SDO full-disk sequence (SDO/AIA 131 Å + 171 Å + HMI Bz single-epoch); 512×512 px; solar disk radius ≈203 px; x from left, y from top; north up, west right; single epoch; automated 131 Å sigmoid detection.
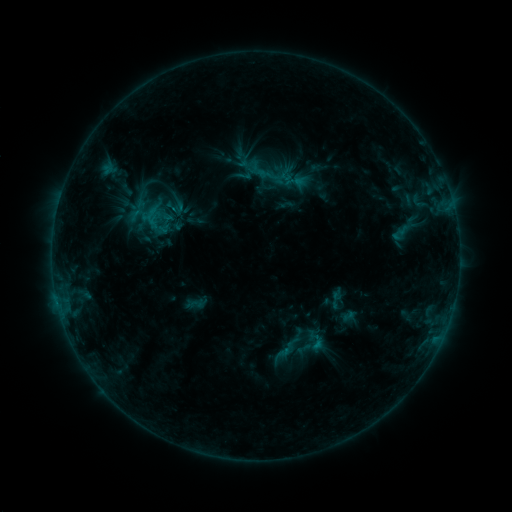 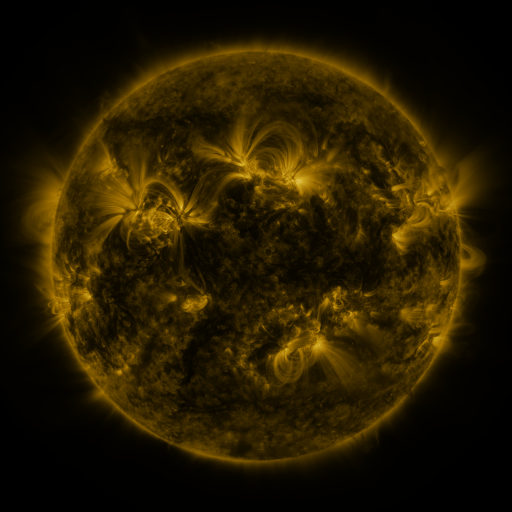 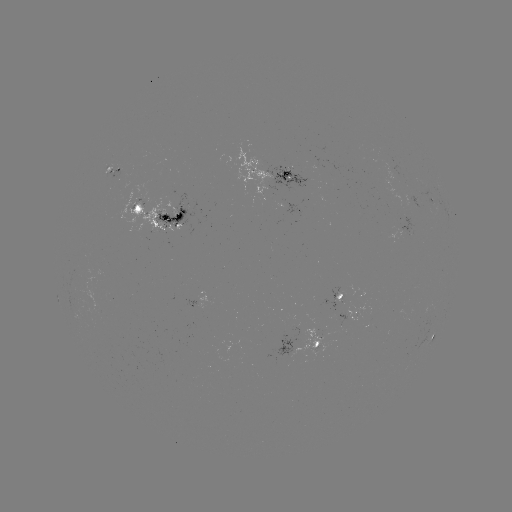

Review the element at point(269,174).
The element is sigmoid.